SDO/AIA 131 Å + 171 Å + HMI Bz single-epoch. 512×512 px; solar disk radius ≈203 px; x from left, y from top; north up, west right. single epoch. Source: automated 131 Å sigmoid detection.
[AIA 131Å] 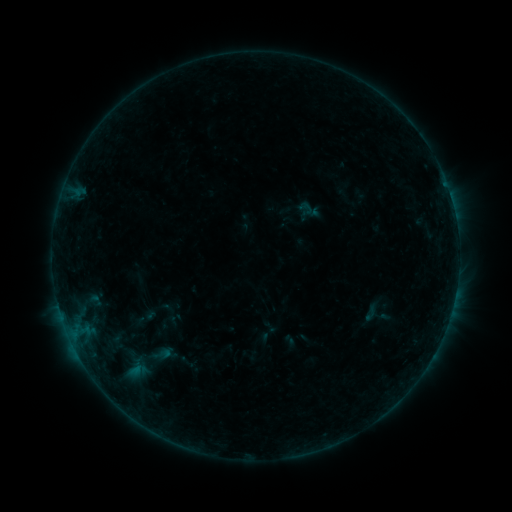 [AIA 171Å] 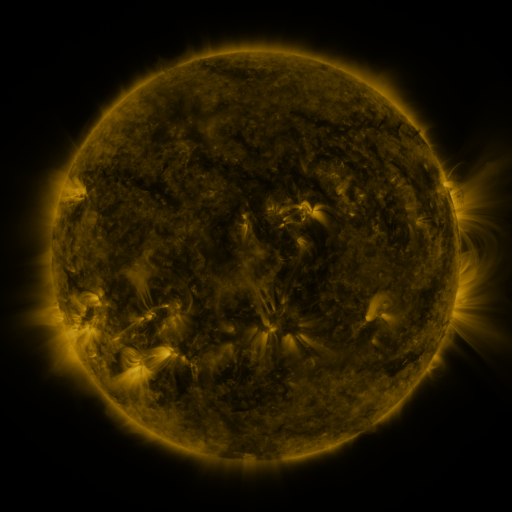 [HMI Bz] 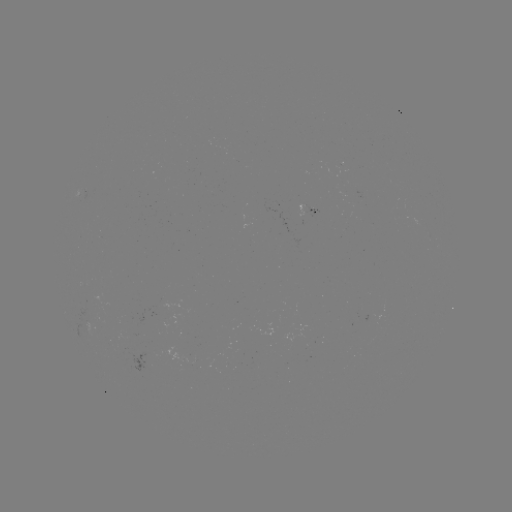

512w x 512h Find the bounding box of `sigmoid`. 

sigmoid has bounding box [296, 199, 316, 217].